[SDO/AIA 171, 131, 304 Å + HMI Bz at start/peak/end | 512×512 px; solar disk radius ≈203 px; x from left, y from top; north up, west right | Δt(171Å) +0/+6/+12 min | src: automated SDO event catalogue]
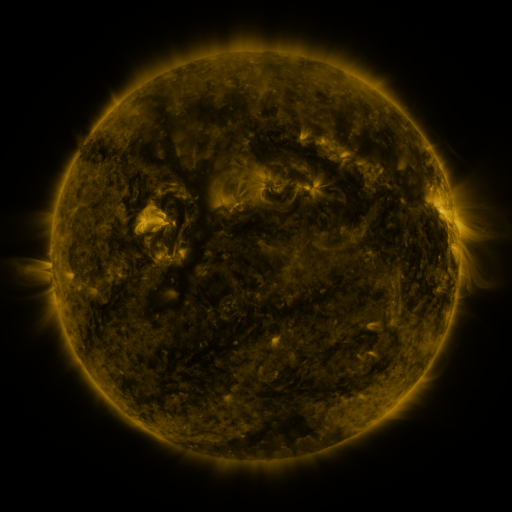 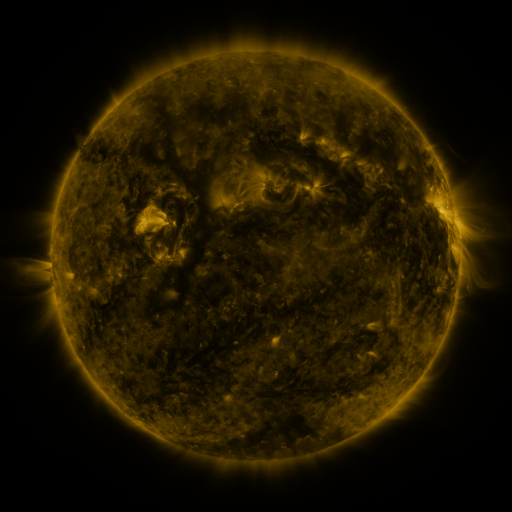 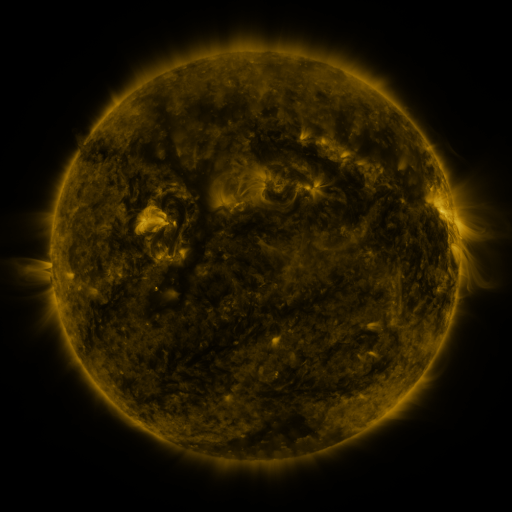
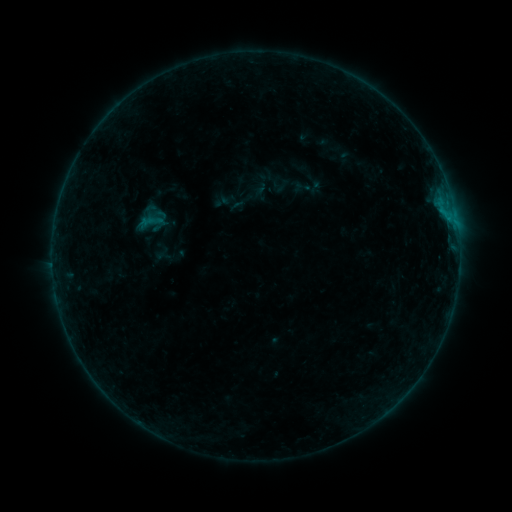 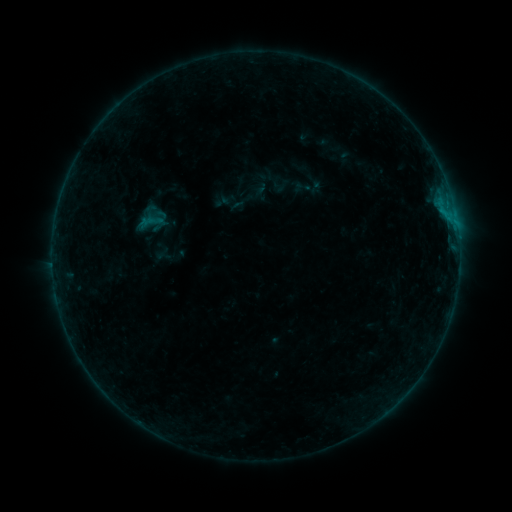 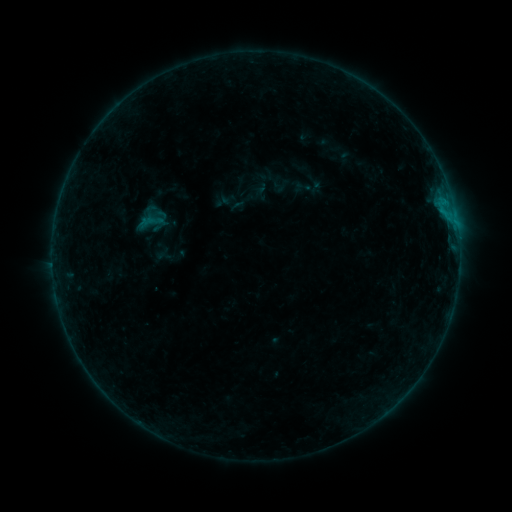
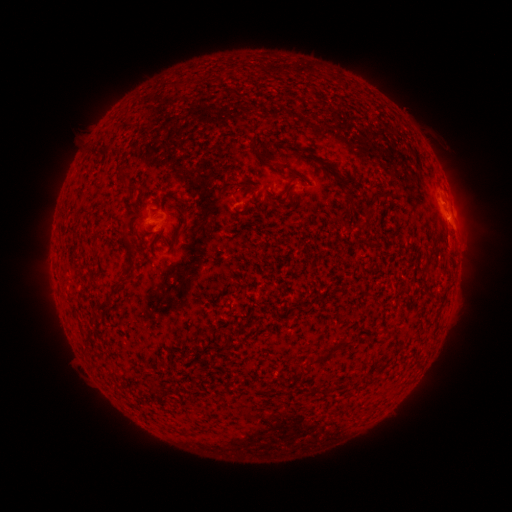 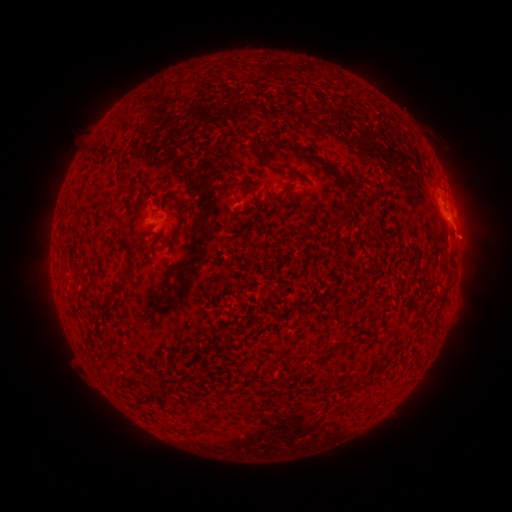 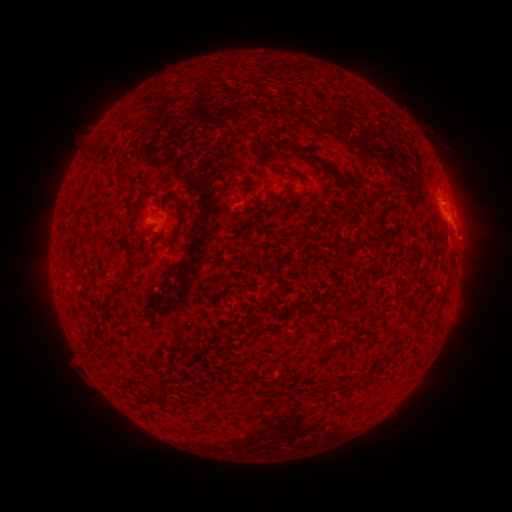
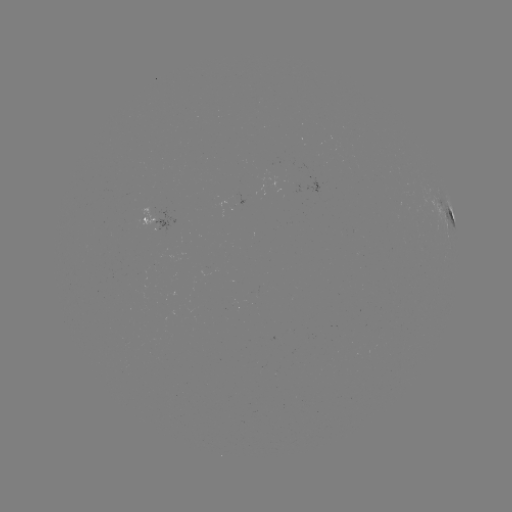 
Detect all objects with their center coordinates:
eruption: (462, 235)
